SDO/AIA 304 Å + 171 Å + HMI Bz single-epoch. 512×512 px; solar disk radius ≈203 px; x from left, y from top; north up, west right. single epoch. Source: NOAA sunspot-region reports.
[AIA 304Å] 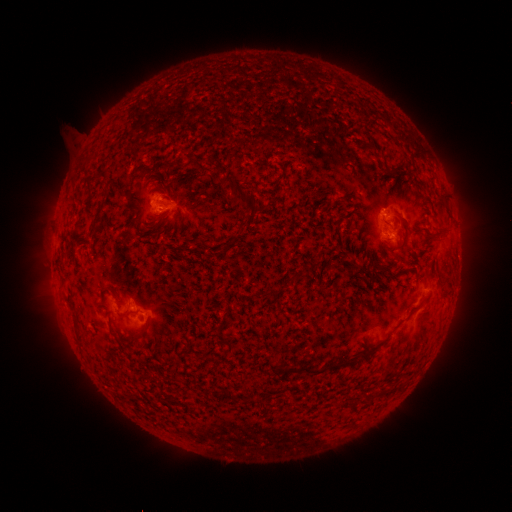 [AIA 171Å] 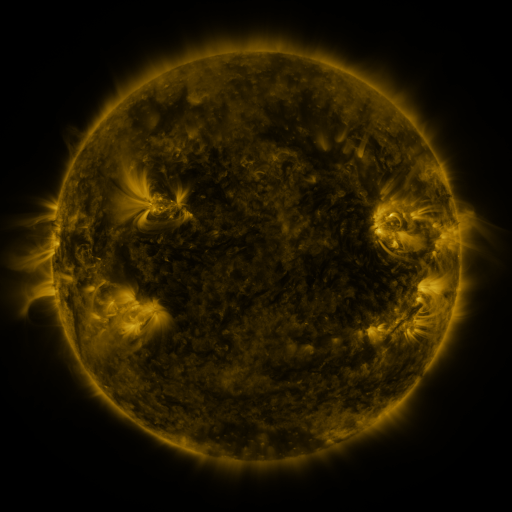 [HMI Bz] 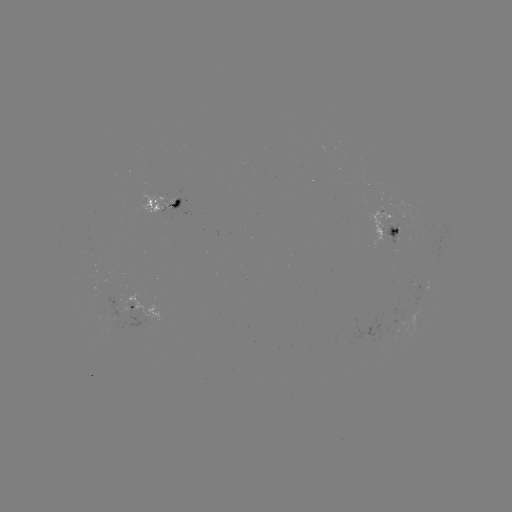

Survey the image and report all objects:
spotted active region: (164, 203)
spotted active region: (389, 230)
spotted active region: (433, 289)
spotted active region: (128, 300)
